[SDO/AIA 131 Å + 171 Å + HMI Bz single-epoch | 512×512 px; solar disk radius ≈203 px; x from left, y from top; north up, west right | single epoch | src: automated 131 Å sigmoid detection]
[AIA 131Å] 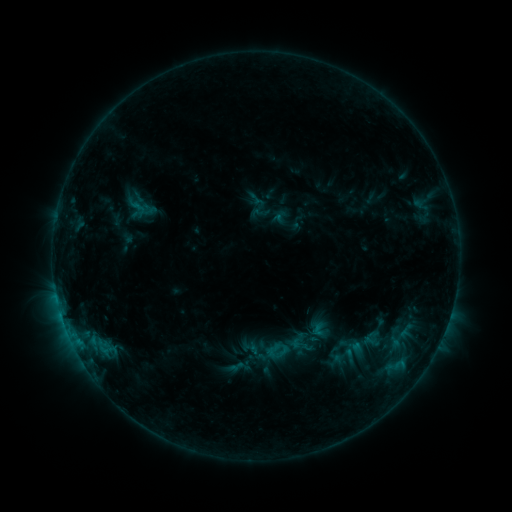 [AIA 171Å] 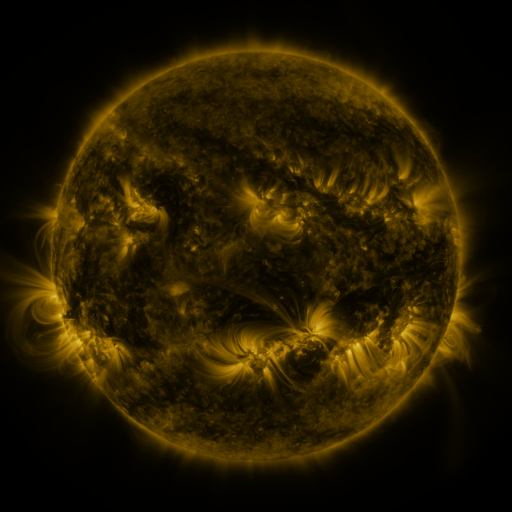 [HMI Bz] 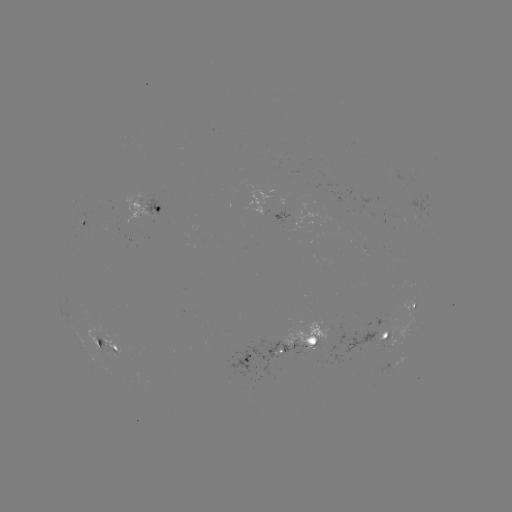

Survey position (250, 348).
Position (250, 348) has sigmoid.